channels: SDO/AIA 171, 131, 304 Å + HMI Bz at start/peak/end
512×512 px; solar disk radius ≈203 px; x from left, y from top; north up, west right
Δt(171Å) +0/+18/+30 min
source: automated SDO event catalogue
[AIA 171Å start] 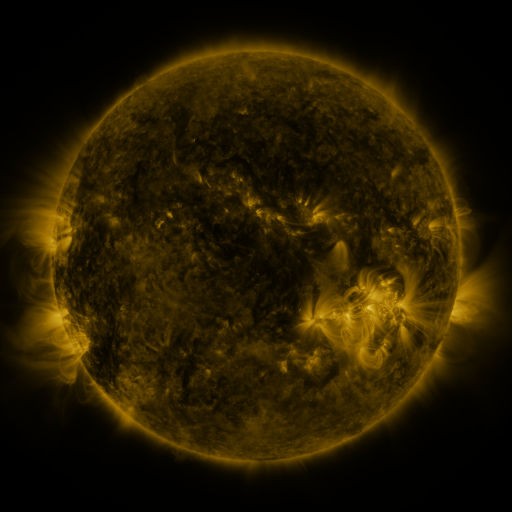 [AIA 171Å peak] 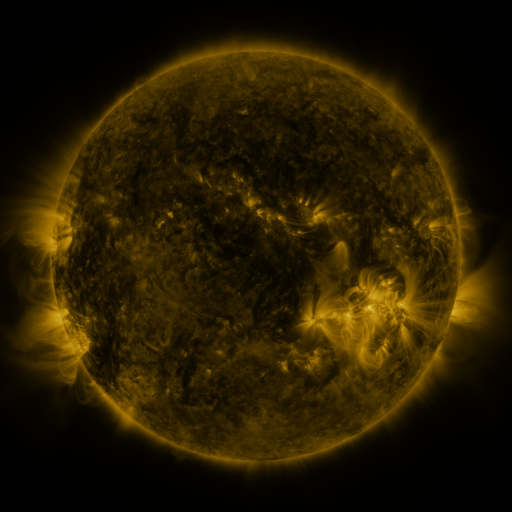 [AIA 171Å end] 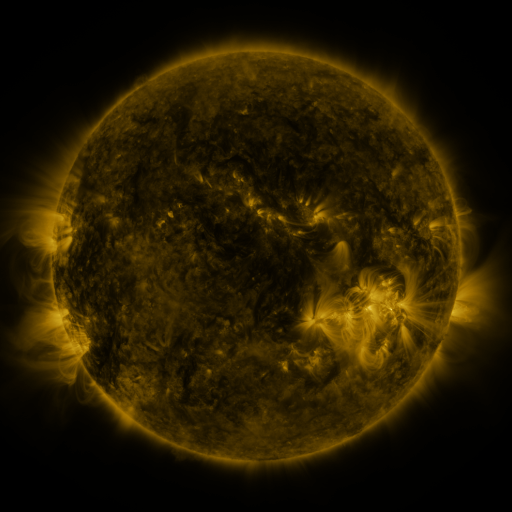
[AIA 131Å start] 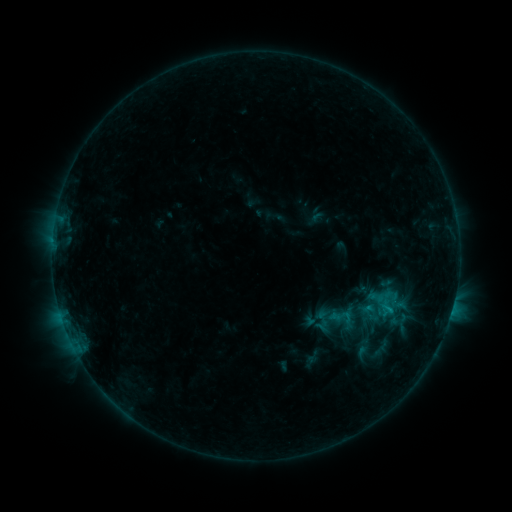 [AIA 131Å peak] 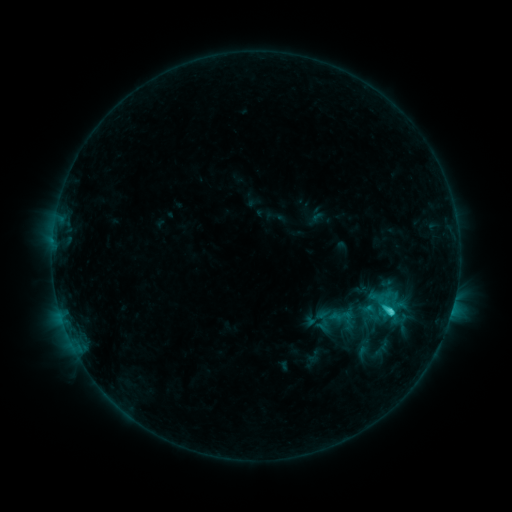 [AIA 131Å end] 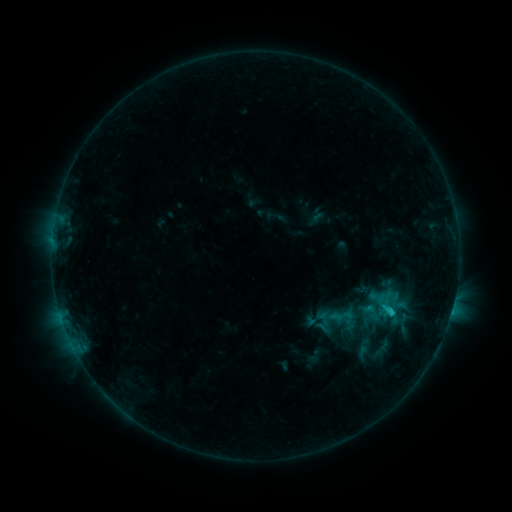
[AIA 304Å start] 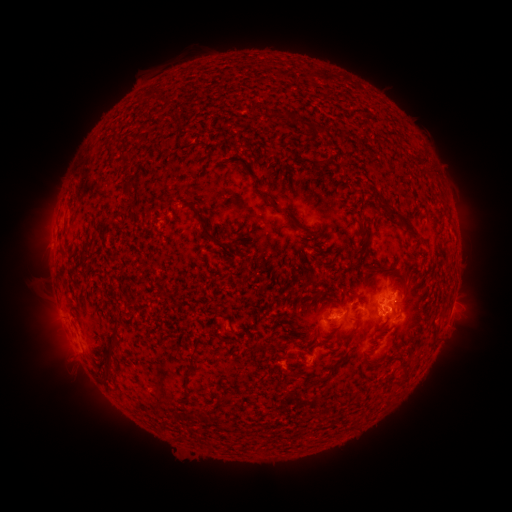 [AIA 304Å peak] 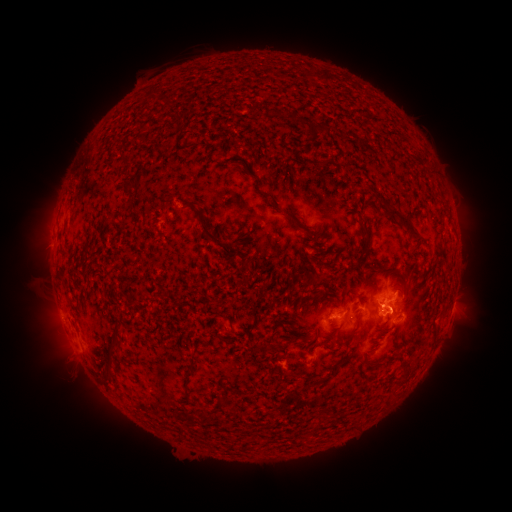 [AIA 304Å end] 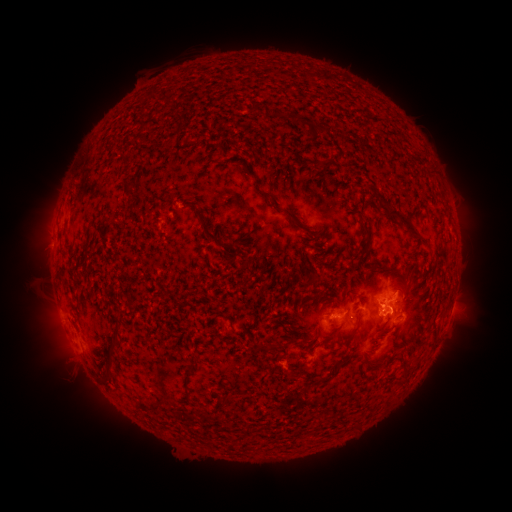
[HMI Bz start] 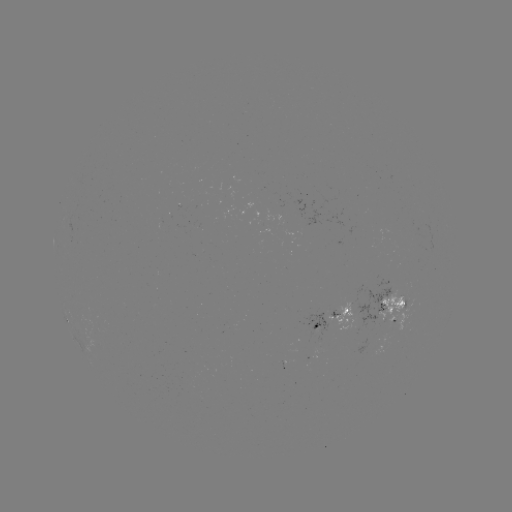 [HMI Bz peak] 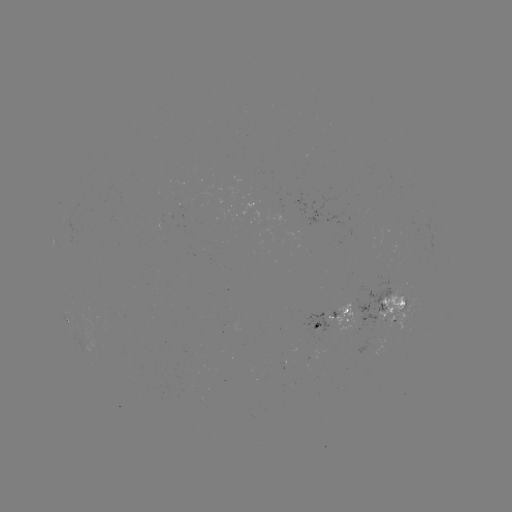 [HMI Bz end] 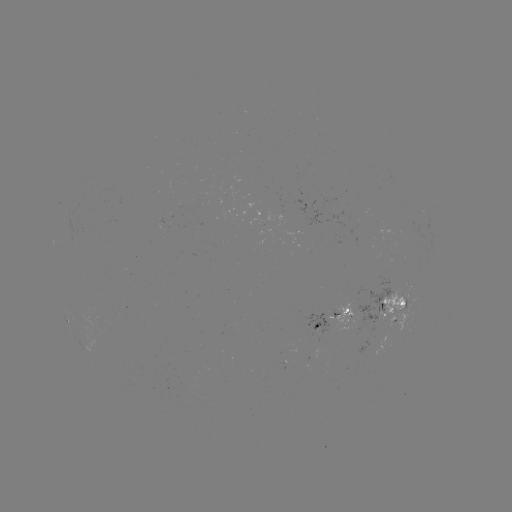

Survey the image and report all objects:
C2.0 flare: (389, 308)
